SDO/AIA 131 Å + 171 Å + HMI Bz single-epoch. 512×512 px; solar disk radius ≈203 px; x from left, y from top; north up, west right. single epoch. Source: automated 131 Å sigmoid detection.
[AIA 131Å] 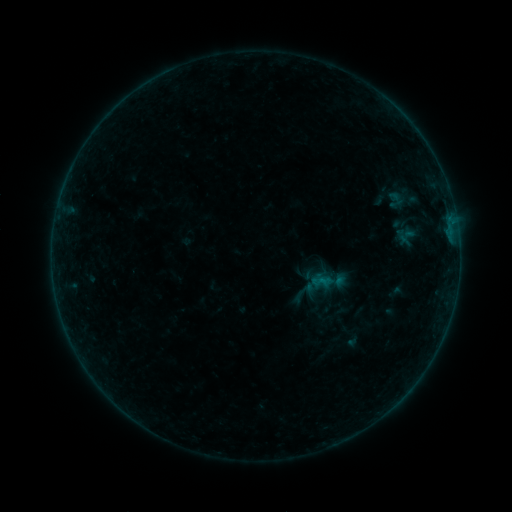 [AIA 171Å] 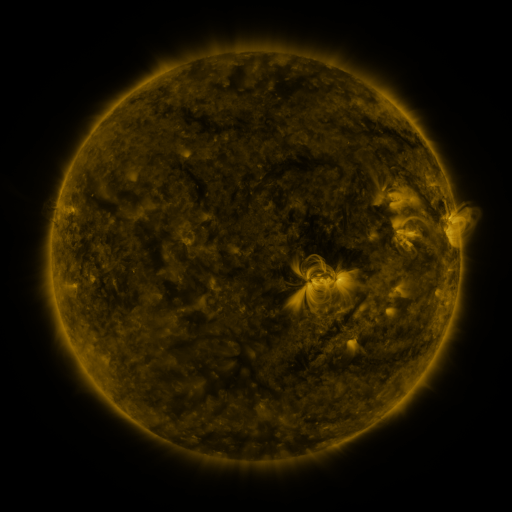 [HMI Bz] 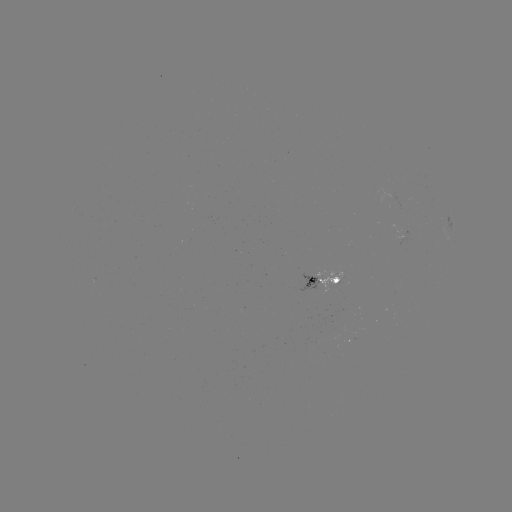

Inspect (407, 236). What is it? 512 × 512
sigmoid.